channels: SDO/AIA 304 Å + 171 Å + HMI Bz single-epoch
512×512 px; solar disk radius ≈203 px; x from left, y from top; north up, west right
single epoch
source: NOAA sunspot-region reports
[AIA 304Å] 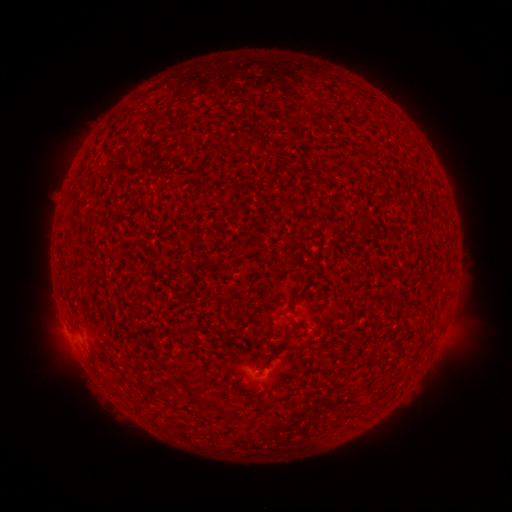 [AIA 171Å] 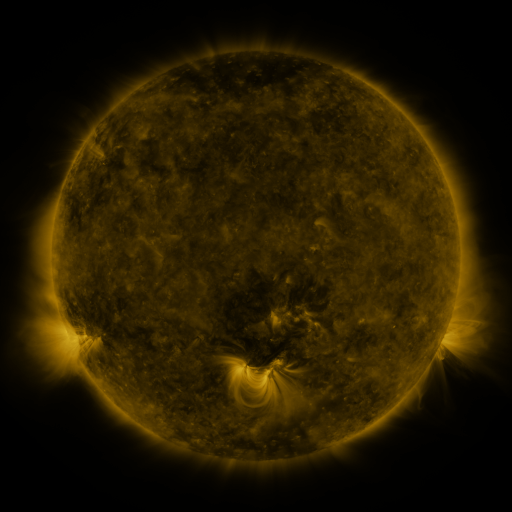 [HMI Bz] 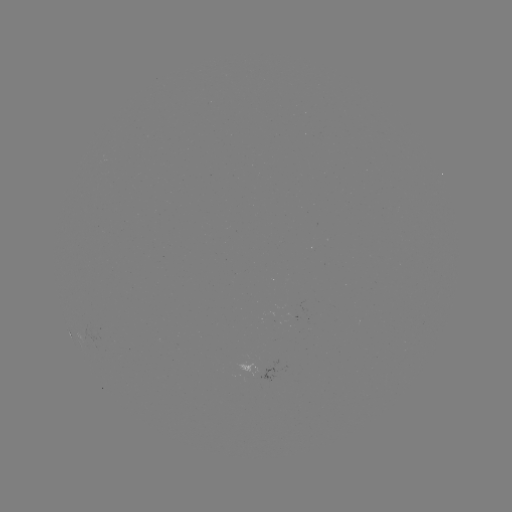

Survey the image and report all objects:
(none)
